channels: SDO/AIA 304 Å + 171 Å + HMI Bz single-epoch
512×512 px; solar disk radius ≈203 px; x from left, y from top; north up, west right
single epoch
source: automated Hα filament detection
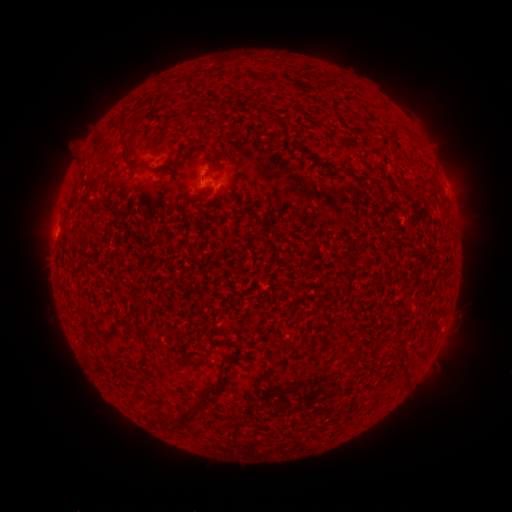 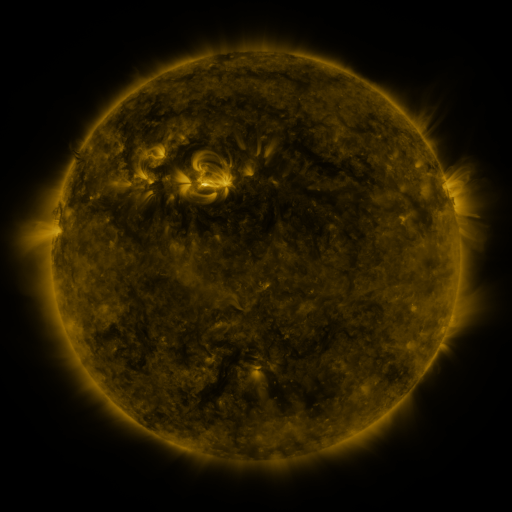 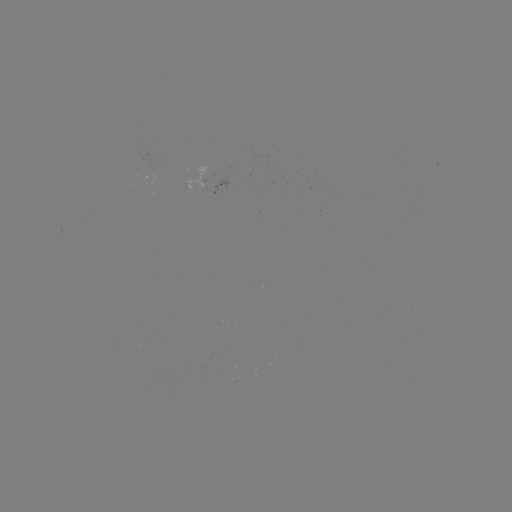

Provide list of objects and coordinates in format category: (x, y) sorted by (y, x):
filament: (201, 108)
filament: (126, 143)
filament: (170, 169)
filament: (210, 171)
filament: (139, 291)
filament: (136, 314)
filament: (142, 334)
filament: (231, 344)
filament: (208, 387)
filament: (177, 418)
